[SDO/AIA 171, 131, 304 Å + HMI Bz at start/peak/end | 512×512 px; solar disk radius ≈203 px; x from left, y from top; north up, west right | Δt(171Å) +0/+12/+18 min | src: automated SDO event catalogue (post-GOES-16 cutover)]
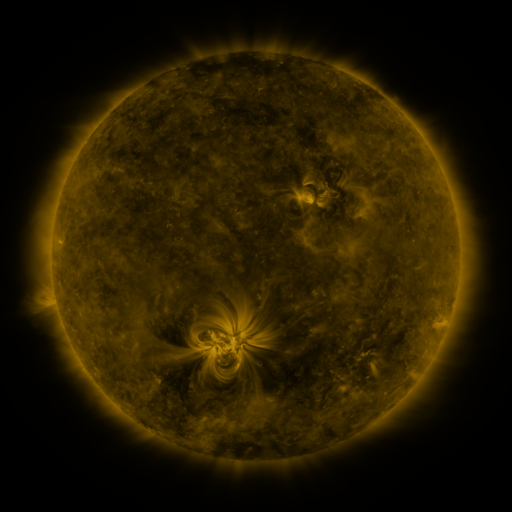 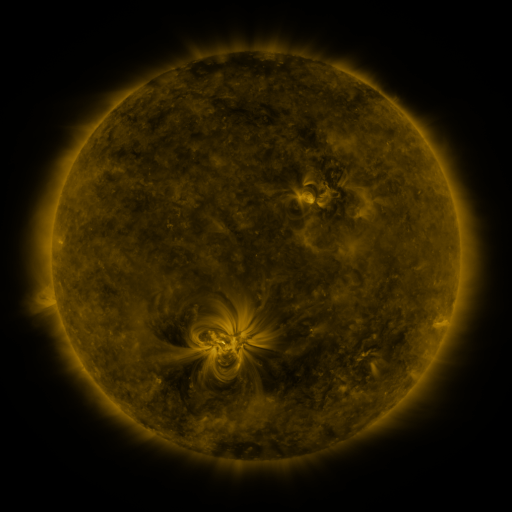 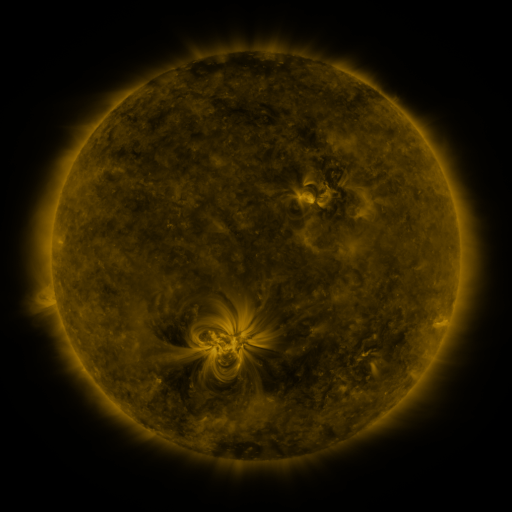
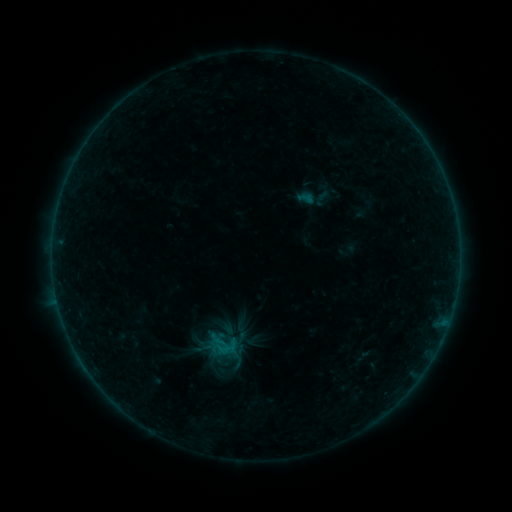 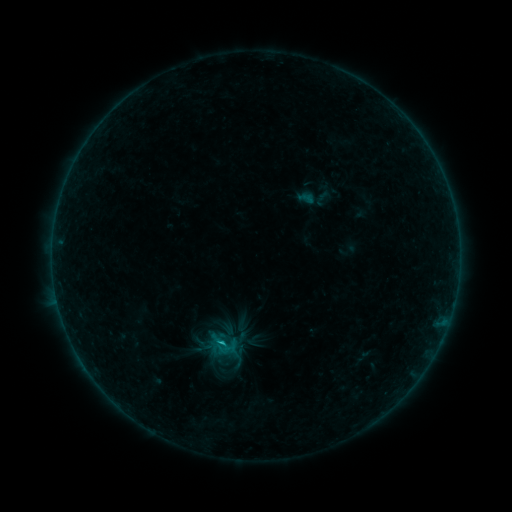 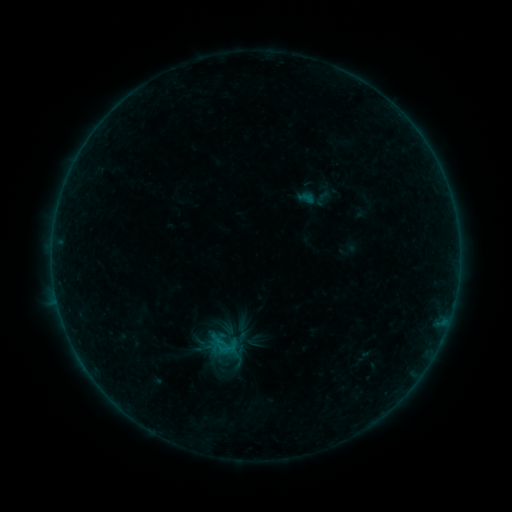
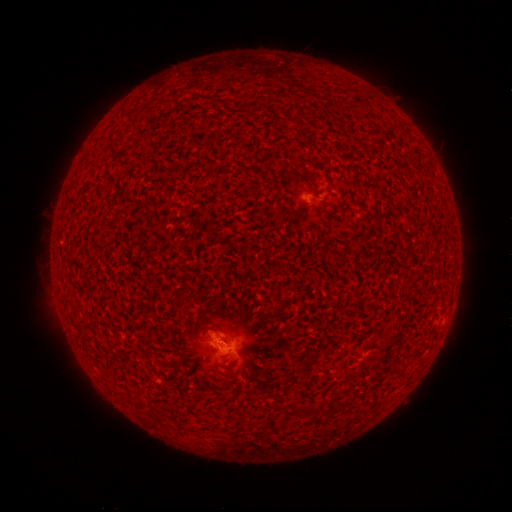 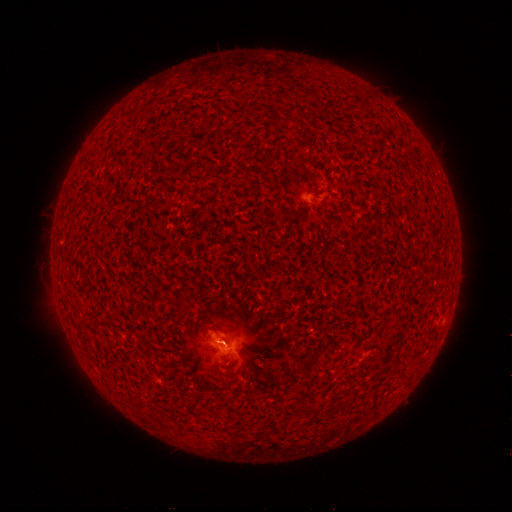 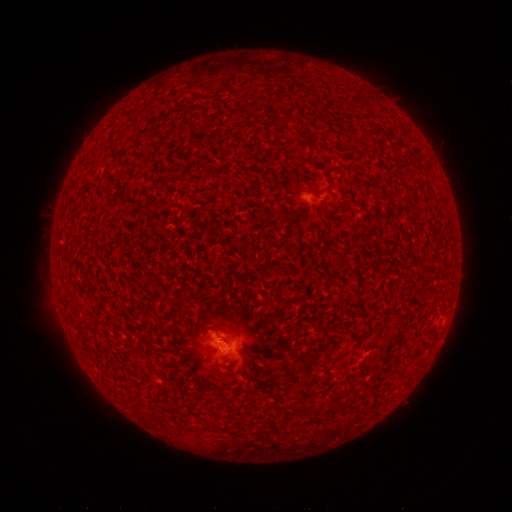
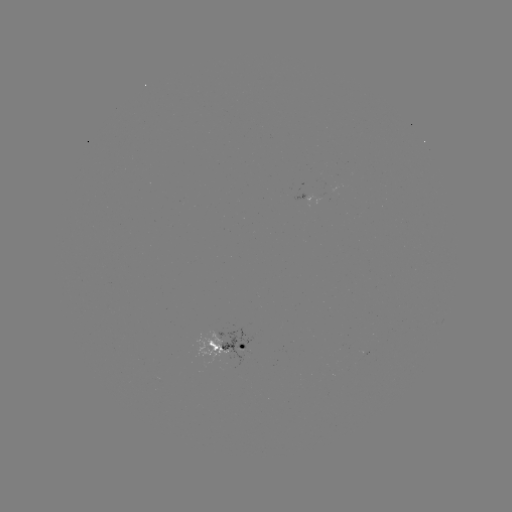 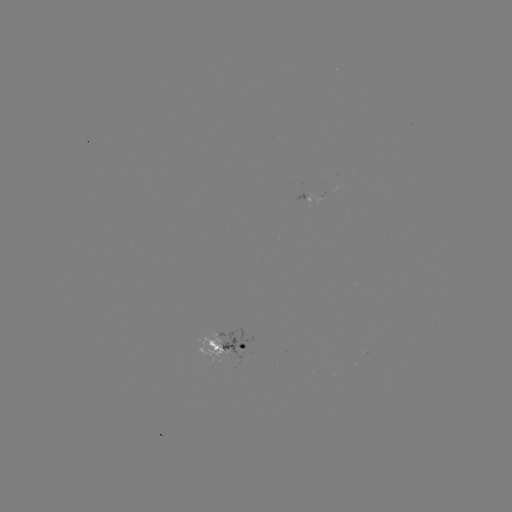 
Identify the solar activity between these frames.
B4.8 flare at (222, 340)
